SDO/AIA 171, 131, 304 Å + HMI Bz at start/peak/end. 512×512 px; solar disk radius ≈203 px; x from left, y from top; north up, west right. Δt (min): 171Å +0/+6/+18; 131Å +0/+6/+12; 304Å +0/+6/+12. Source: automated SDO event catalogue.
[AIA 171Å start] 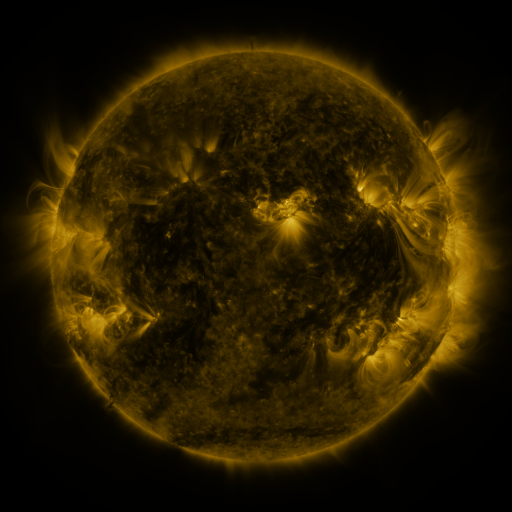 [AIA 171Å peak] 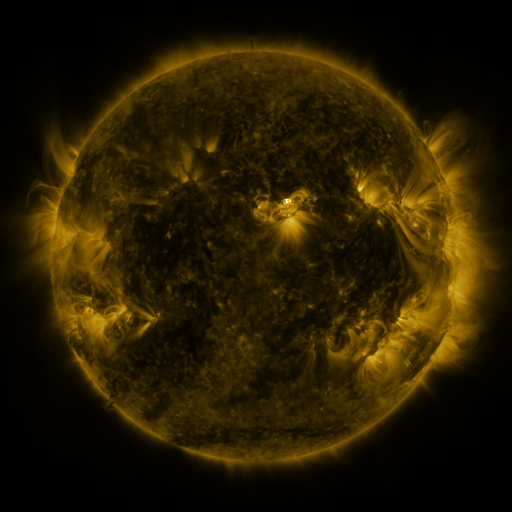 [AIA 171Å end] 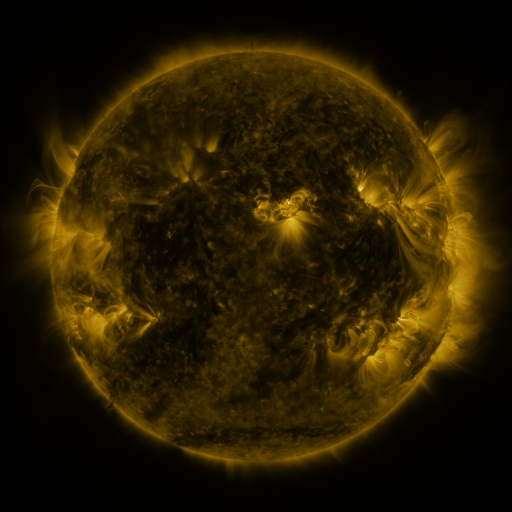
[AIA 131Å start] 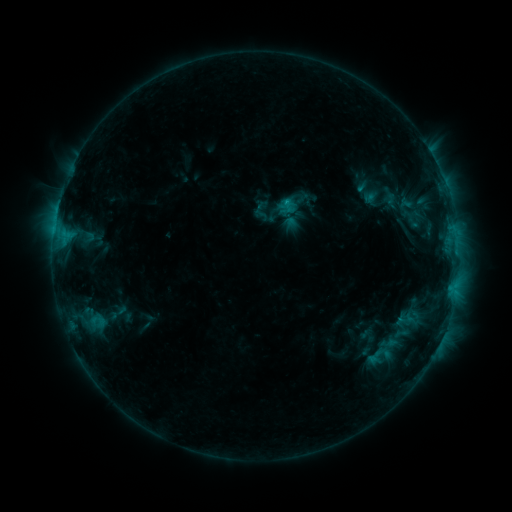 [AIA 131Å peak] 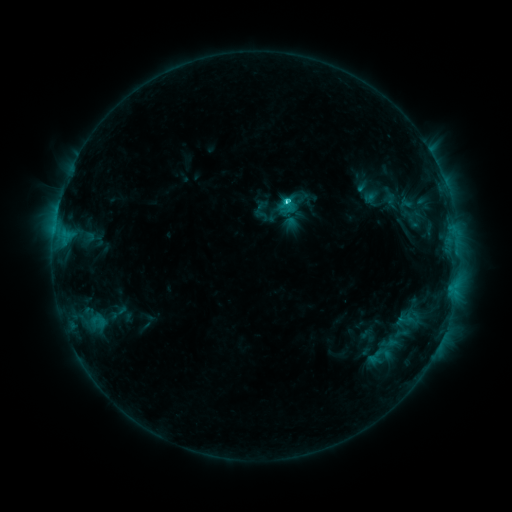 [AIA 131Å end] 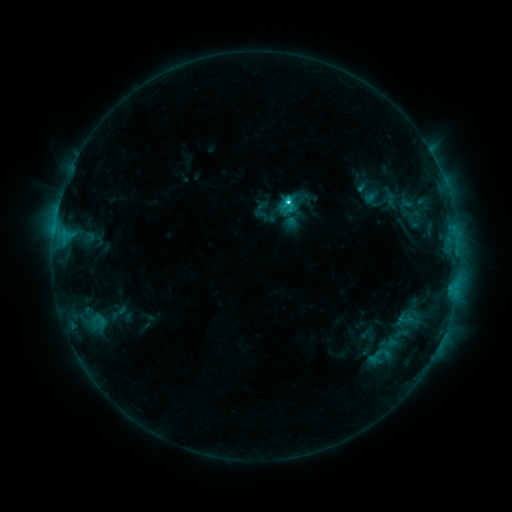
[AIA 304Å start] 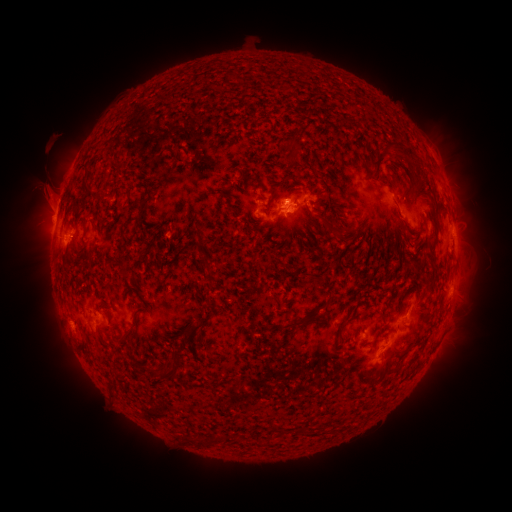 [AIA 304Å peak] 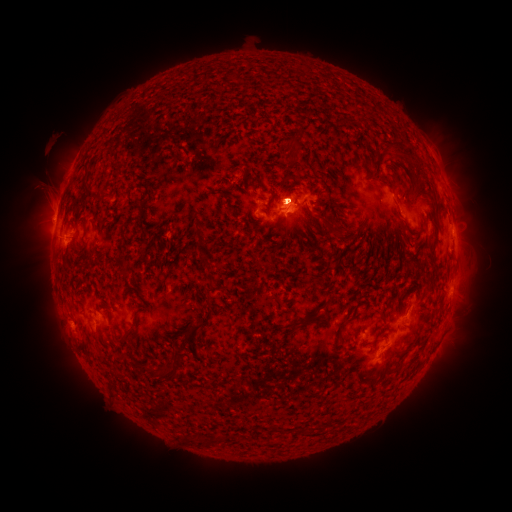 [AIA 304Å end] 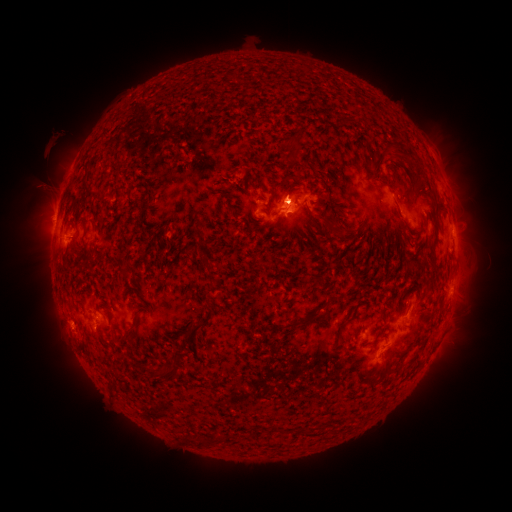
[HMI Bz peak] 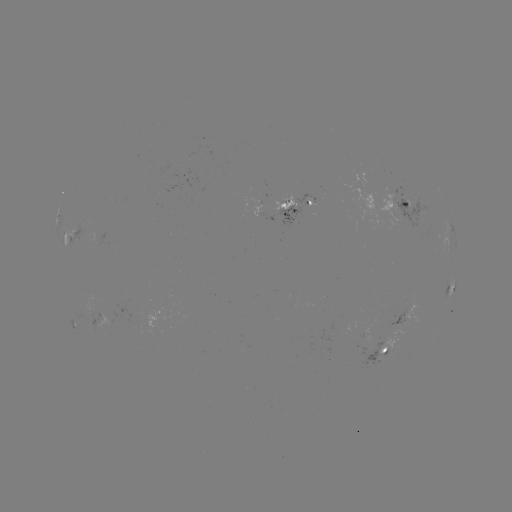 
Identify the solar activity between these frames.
C6.0 flare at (287, 203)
